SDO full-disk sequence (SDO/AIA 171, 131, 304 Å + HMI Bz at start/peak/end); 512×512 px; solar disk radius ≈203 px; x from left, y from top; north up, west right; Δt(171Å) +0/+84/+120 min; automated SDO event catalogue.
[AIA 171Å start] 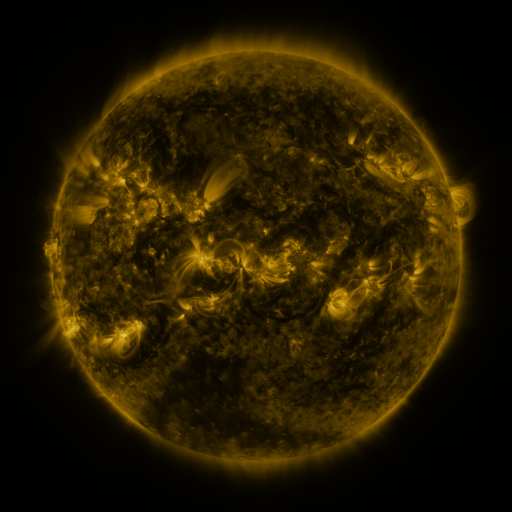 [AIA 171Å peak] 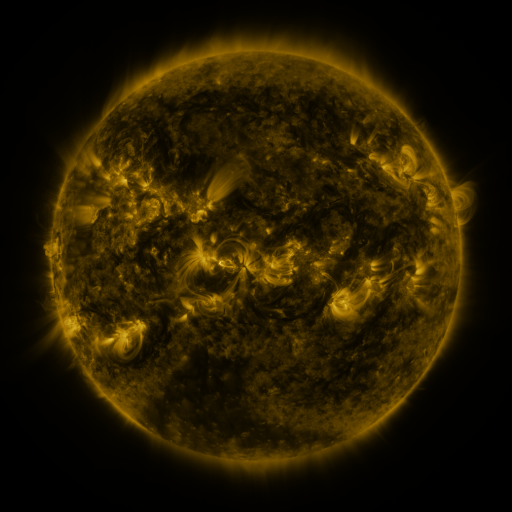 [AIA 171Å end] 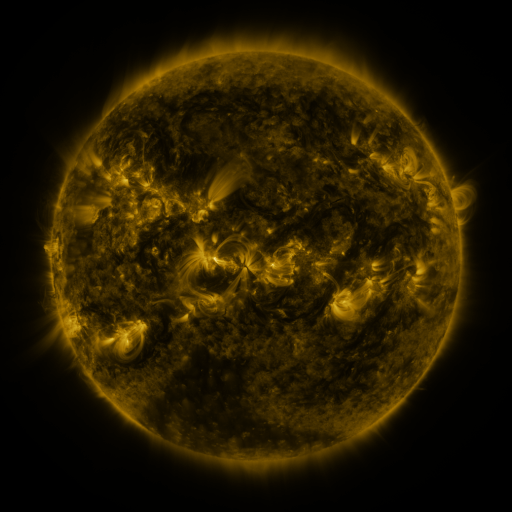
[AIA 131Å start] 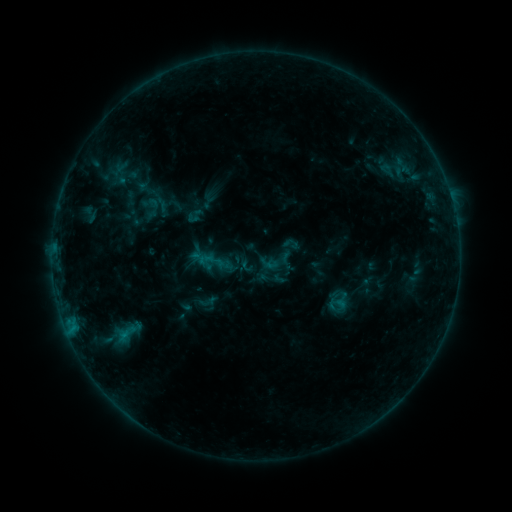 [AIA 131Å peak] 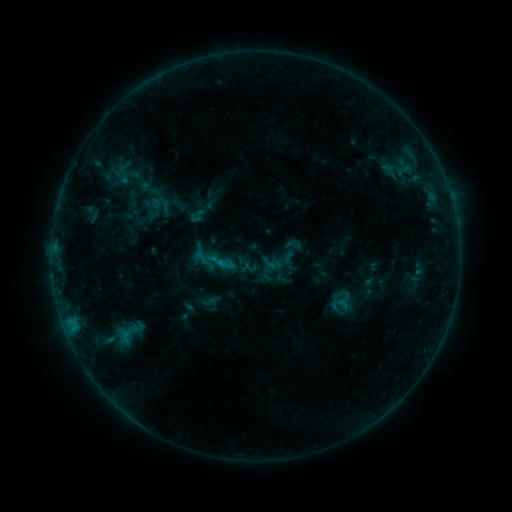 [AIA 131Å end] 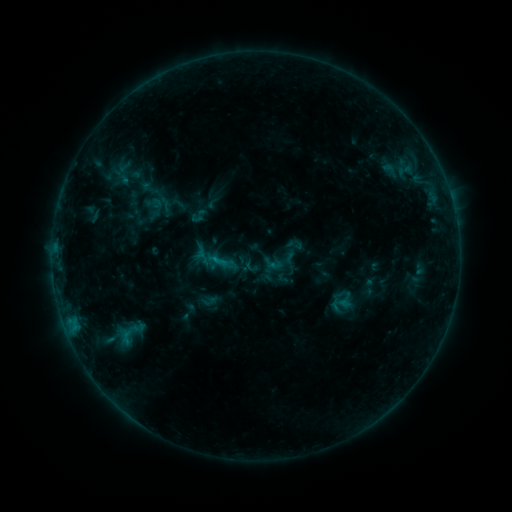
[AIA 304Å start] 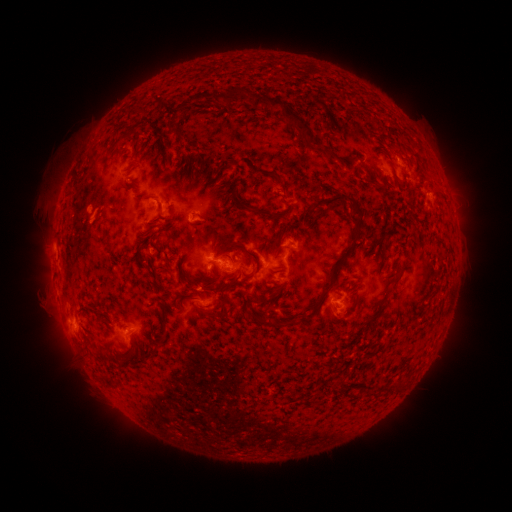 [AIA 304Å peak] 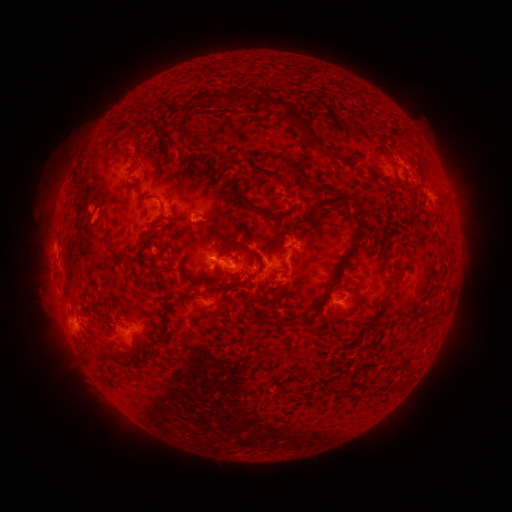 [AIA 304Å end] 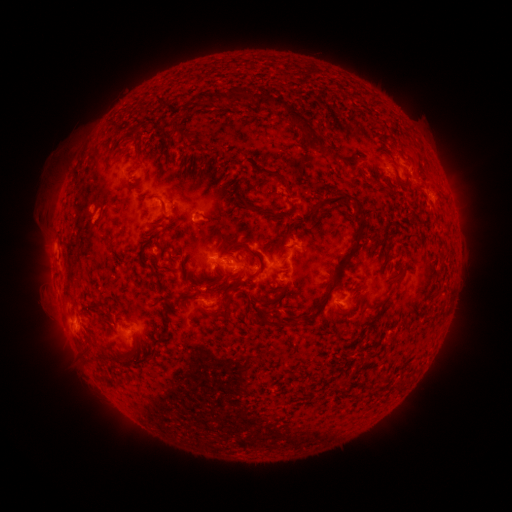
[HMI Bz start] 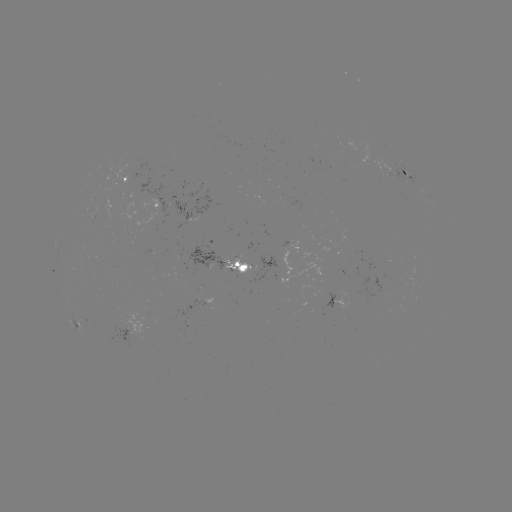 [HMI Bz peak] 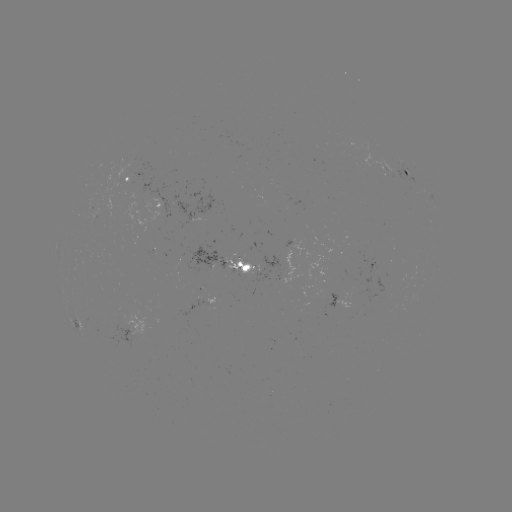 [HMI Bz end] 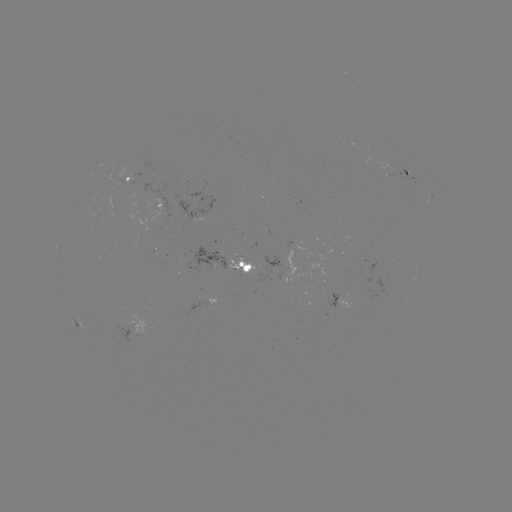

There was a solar emerging-flux region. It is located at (130, 173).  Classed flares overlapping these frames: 1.